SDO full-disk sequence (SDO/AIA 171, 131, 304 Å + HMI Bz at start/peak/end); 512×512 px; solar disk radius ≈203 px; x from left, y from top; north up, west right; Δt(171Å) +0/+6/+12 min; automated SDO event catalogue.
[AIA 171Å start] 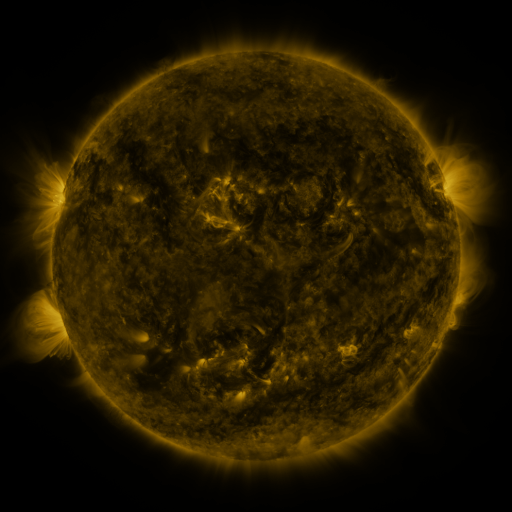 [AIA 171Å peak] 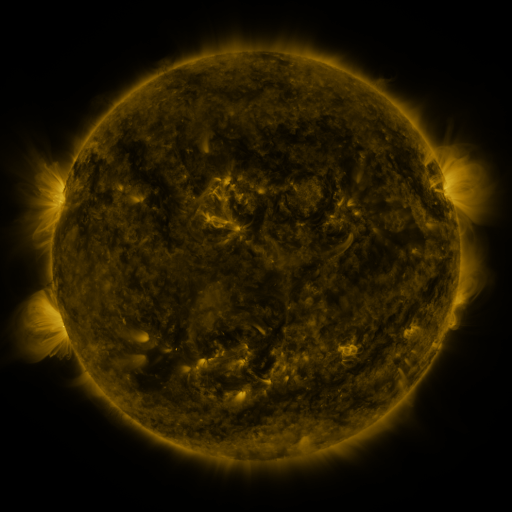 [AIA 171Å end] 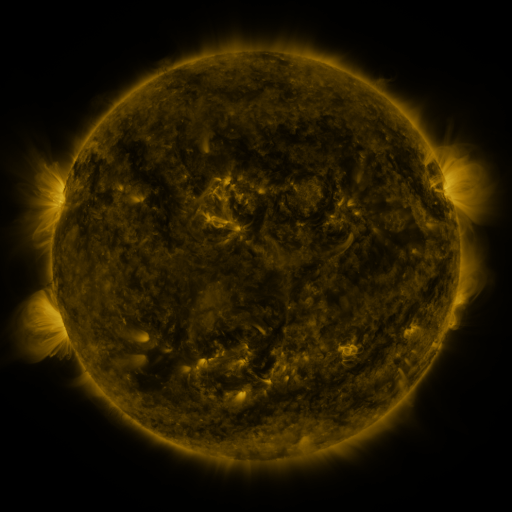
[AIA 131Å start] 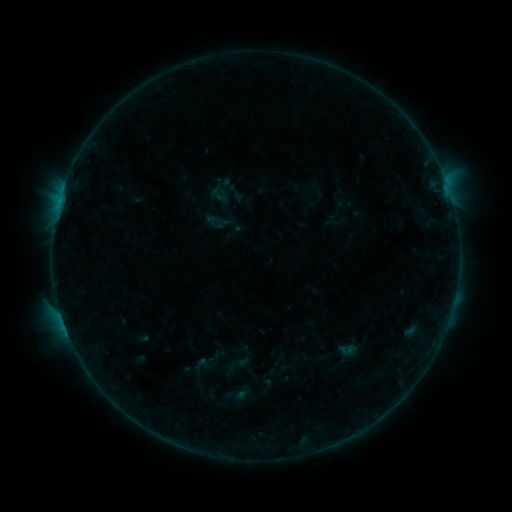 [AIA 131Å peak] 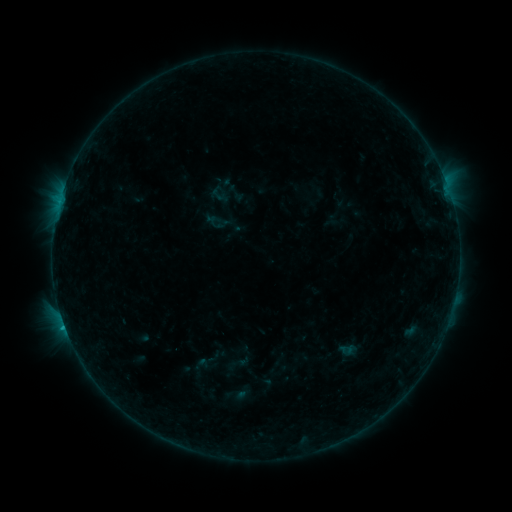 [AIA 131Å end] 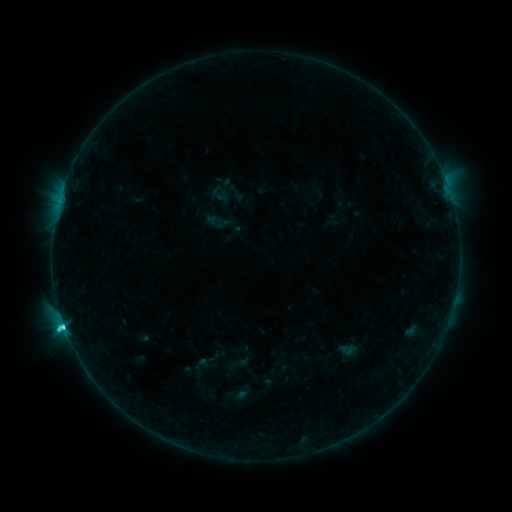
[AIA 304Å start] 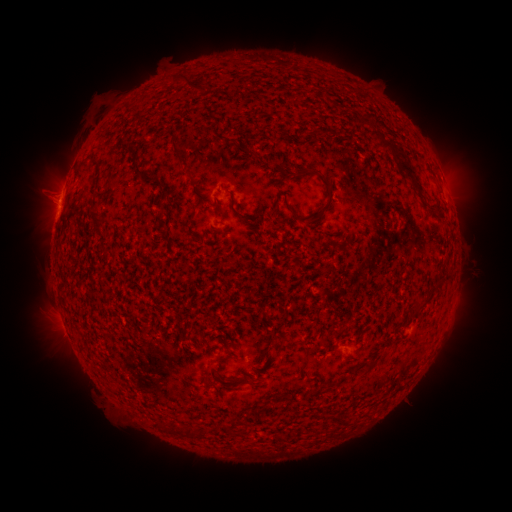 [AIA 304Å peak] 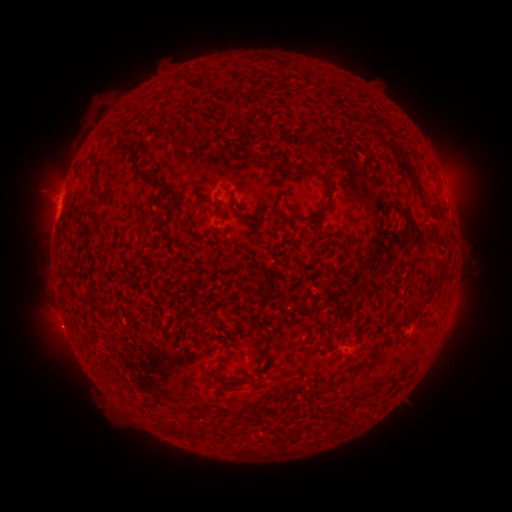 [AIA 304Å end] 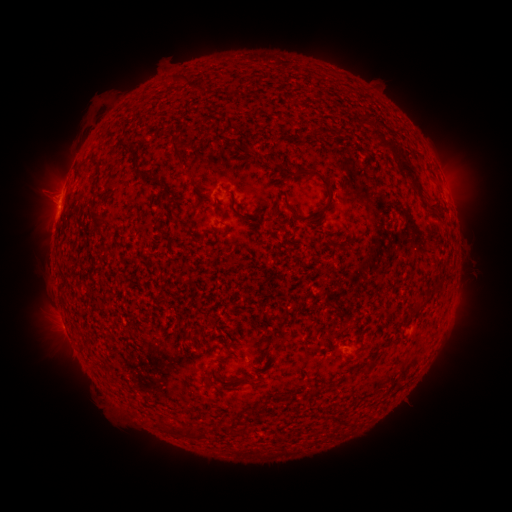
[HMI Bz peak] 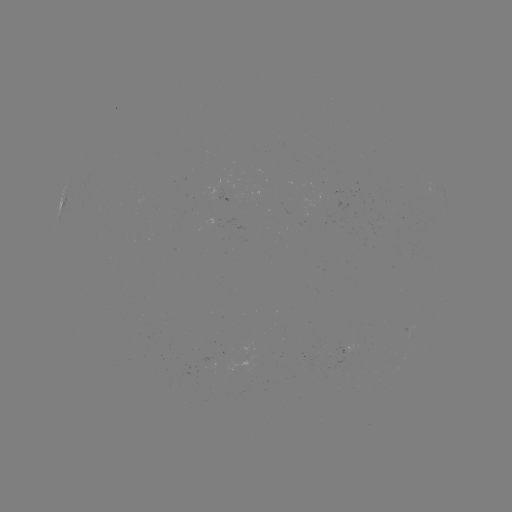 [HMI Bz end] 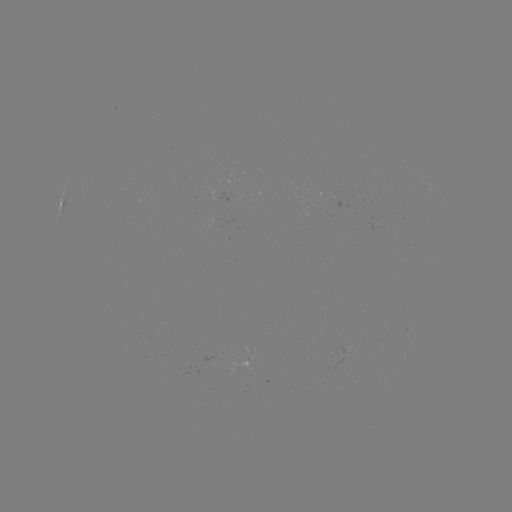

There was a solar flare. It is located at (65, 326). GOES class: C3.4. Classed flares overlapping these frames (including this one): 1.